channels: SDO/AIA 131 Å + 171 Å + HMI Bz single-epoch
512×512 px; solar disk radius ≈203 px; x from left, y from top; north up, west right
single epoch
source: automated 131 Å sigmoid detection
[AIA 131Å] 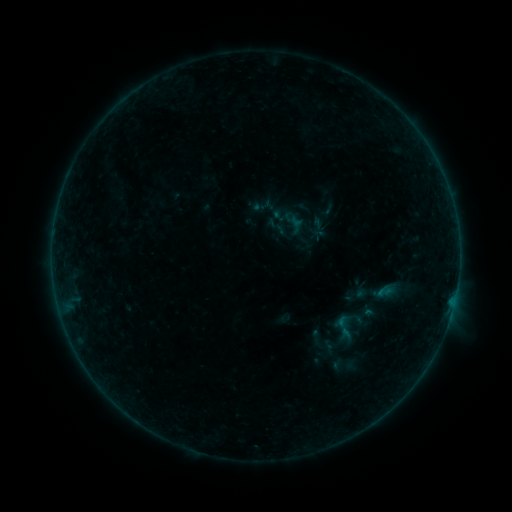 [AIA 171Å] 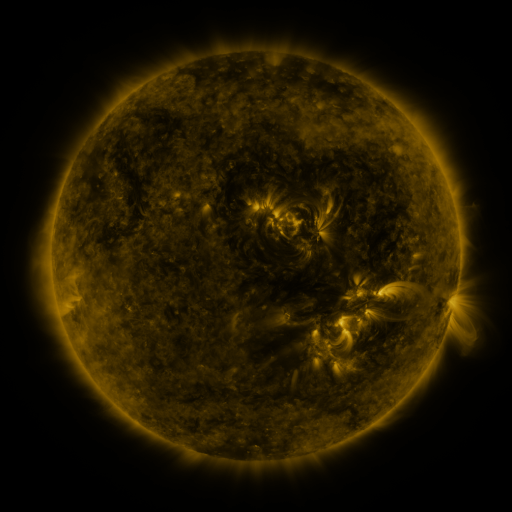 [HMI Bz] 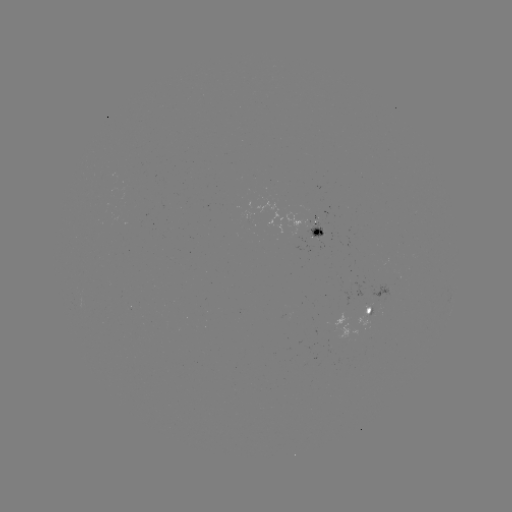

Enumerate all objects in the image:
sigmoid: <bbox>266, 196, 331, 255</bbox>
sigmoid: <bbox>265, 215, 289, 238</bbox>
sigmoid: <bbox>327, 306, 368, 347</bbox>
sigmoid: <bbox>331, 353, 355, 377</bbox>
